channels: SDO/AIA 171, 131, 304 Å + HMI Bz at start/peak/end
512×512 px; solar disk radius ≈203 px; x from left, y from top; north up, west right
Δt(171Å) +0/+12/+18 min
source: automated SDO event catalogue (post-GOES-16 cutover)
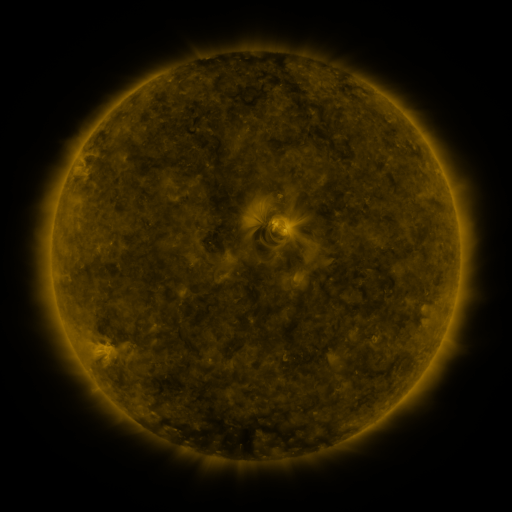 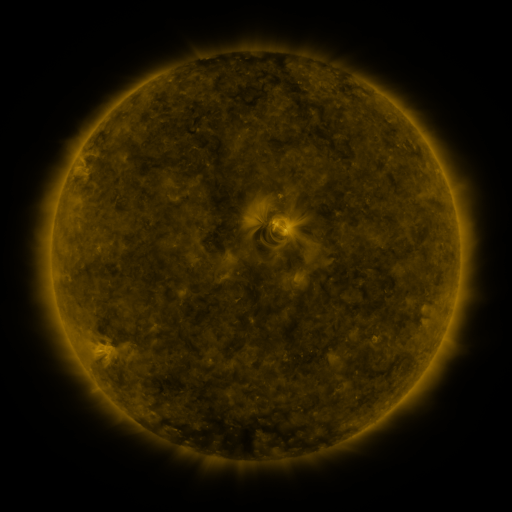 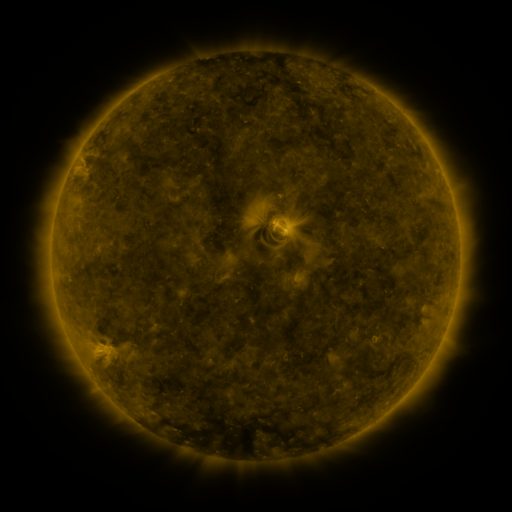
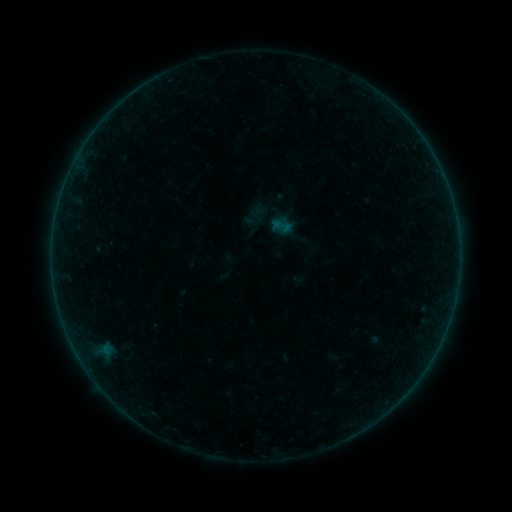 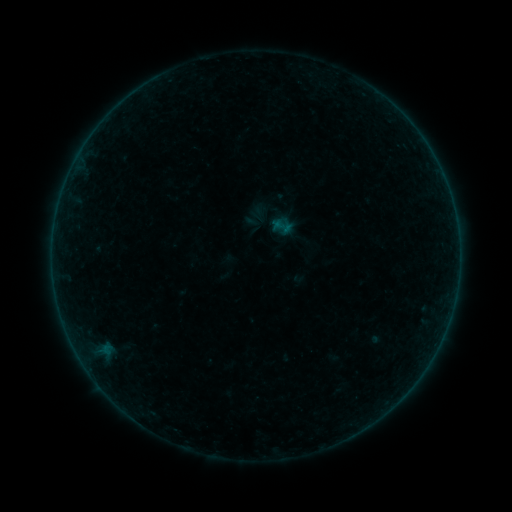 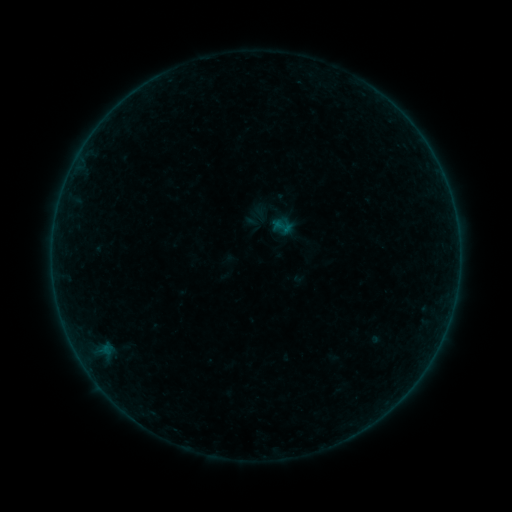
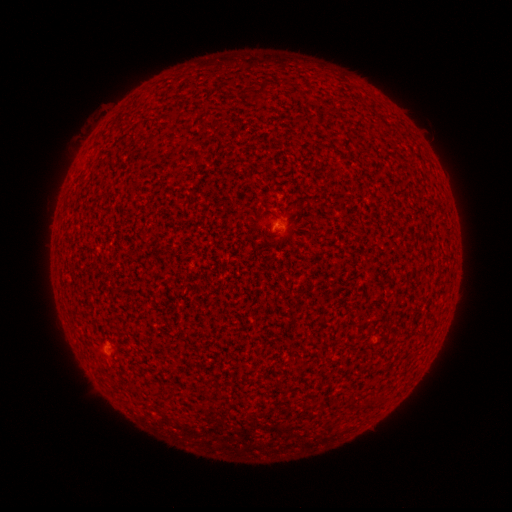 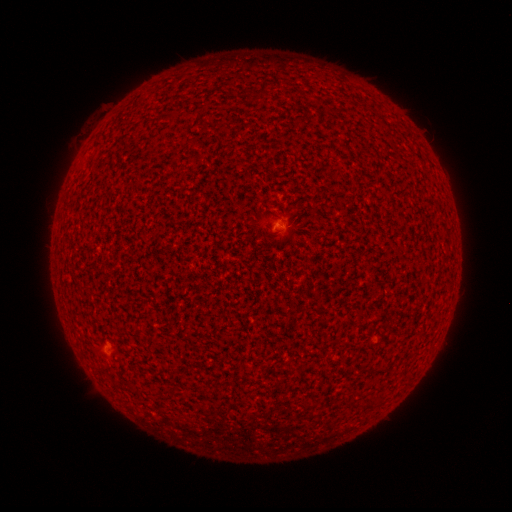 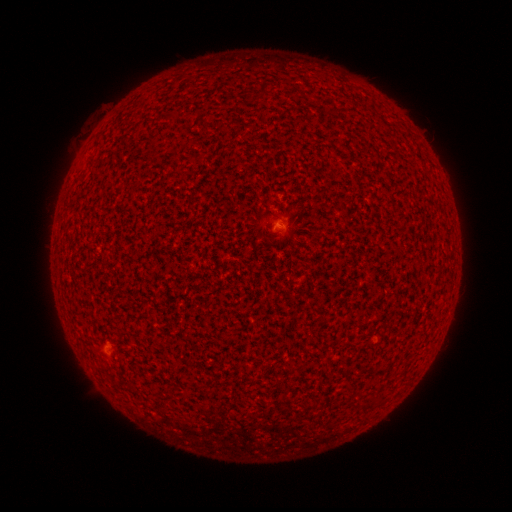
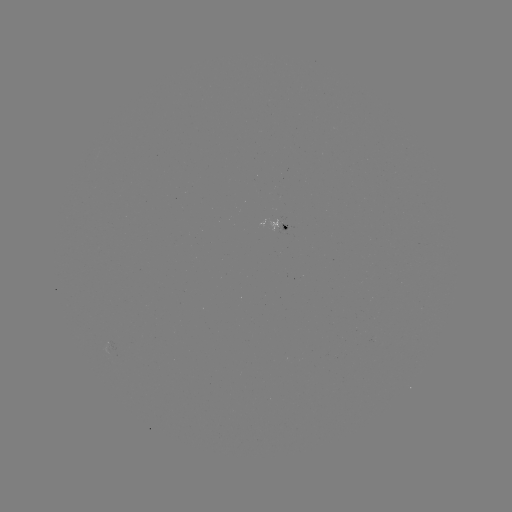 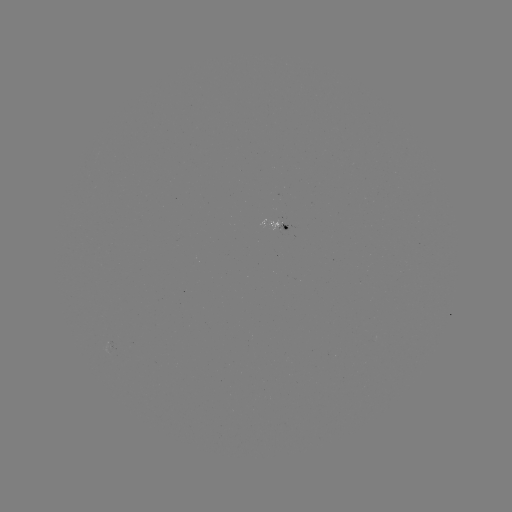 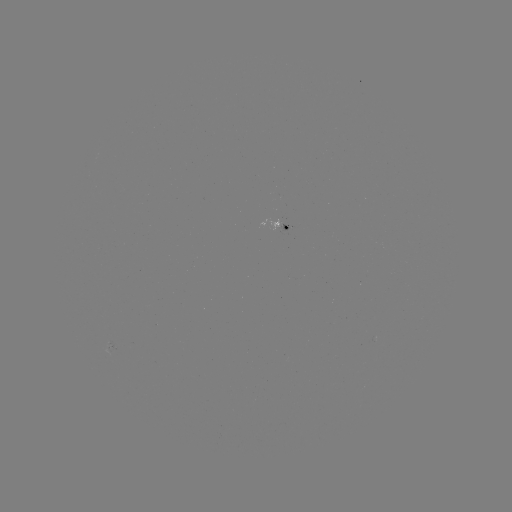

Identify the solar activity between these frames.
no catalogued flare and no flagged EUV brightening in this window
